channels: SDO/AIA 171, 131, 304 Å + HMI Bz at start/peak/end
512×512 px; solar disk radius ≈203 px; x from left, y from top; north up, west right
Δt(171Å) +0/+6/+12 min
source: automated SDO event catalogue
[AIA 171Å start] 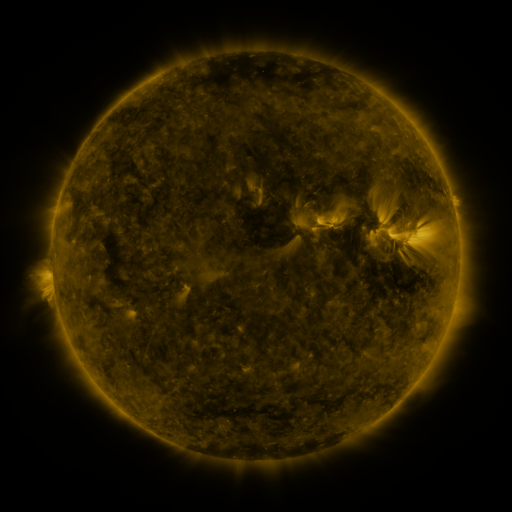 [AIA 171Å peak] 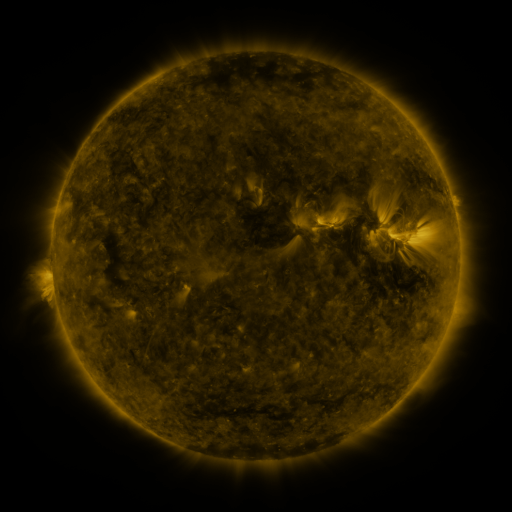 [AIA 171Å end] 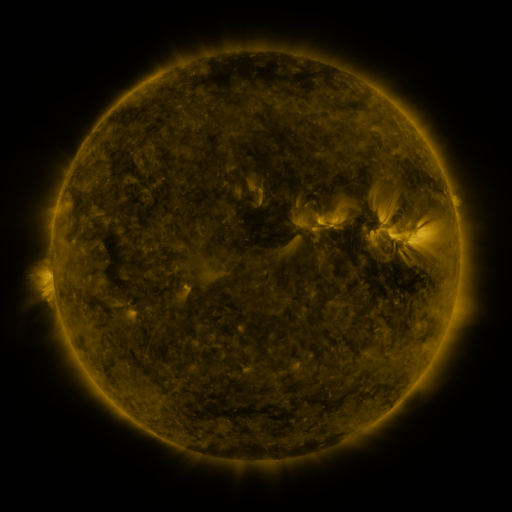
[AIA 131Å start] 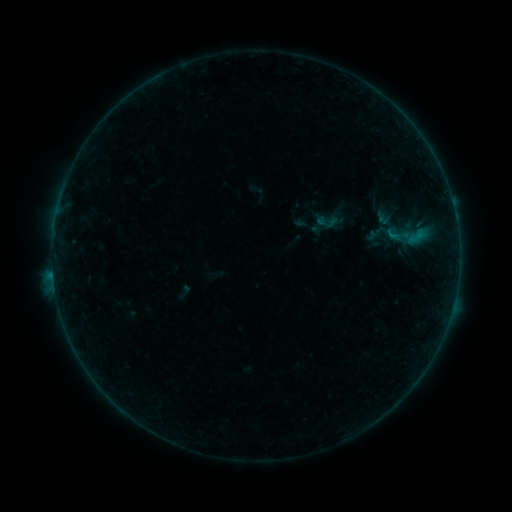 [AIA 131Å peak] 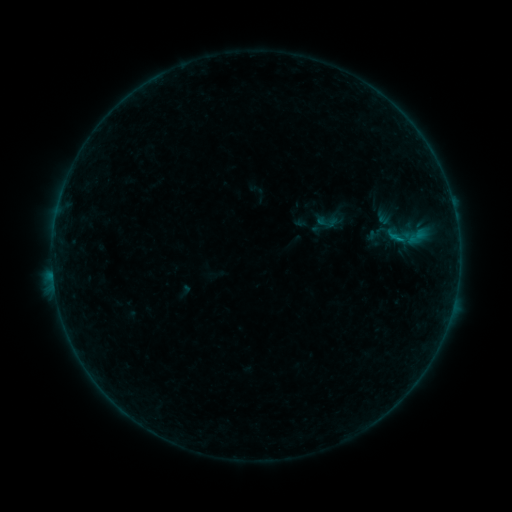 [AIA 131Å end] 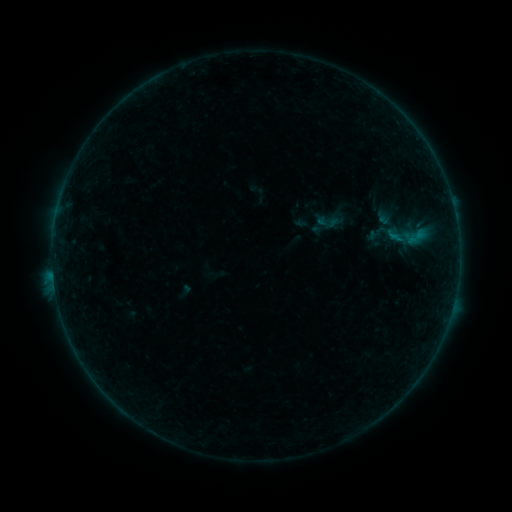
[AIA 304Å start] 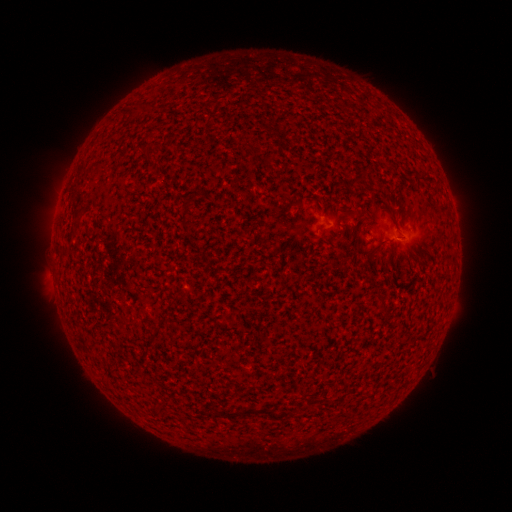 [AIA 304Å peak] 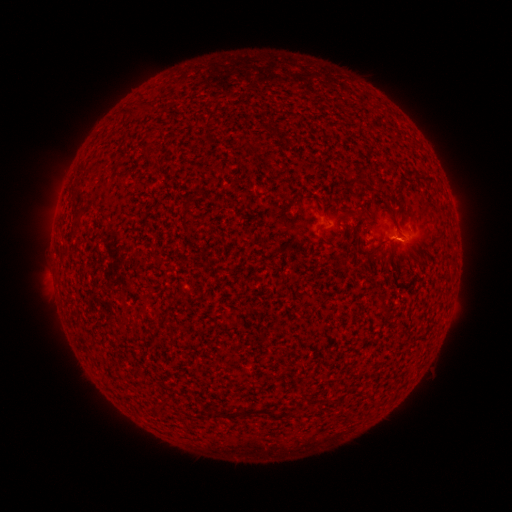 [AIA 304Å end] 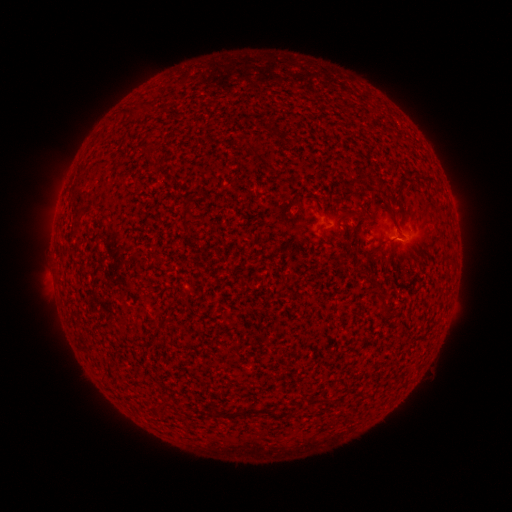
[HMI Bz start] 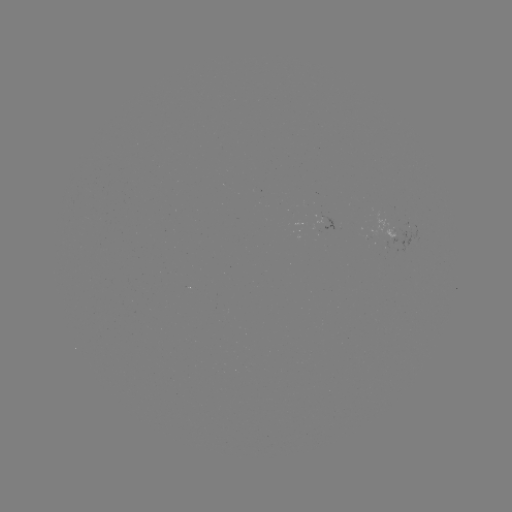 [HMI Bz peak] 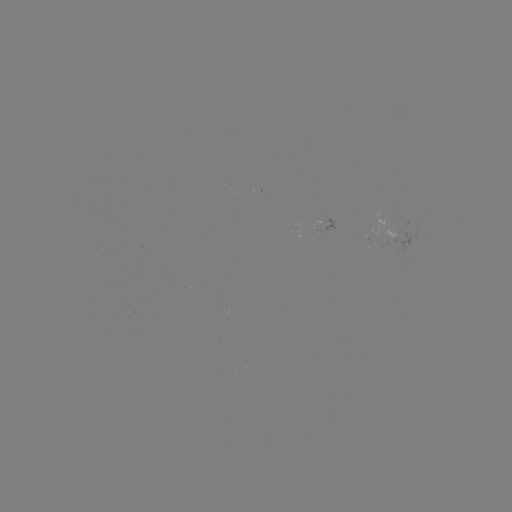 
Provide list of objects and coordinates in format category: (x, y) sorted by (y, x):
B1.7 flare: (397, 242)
